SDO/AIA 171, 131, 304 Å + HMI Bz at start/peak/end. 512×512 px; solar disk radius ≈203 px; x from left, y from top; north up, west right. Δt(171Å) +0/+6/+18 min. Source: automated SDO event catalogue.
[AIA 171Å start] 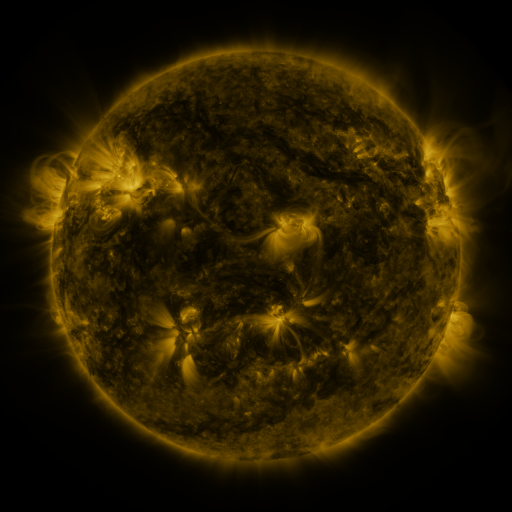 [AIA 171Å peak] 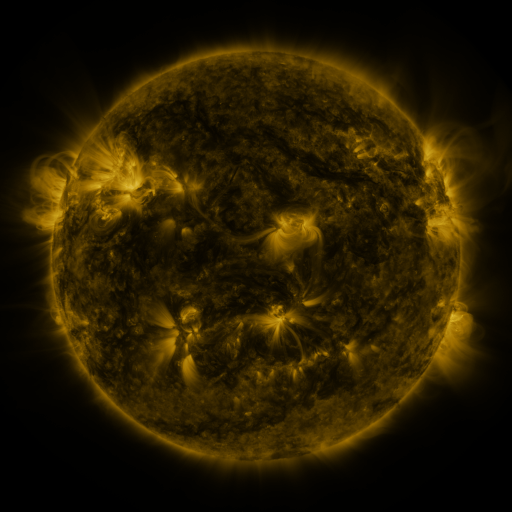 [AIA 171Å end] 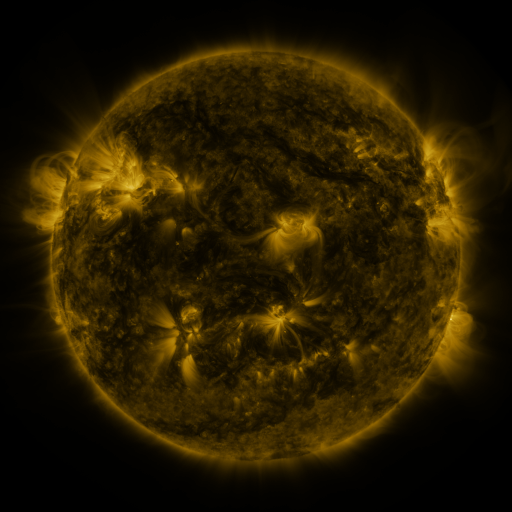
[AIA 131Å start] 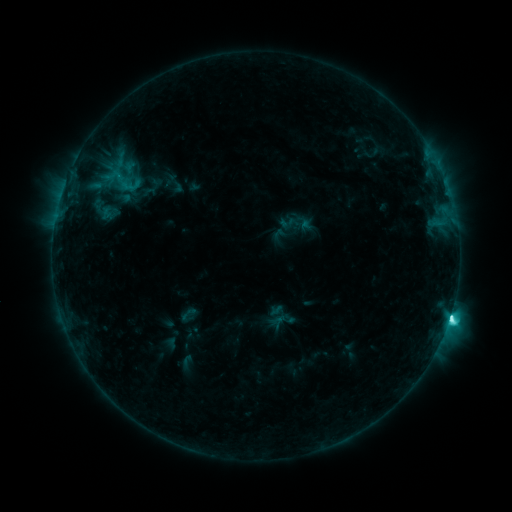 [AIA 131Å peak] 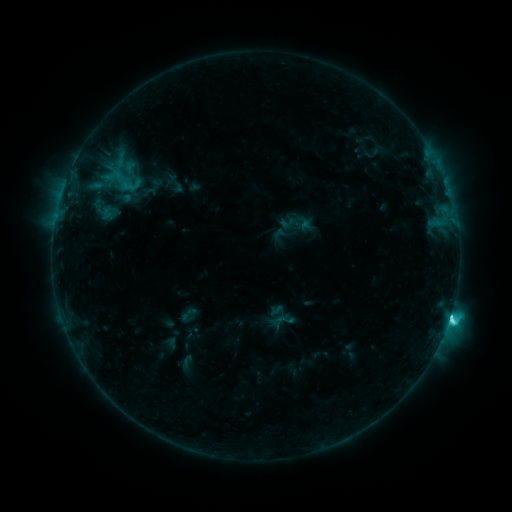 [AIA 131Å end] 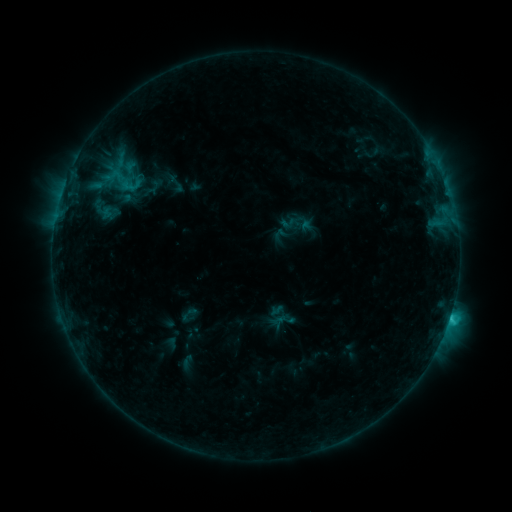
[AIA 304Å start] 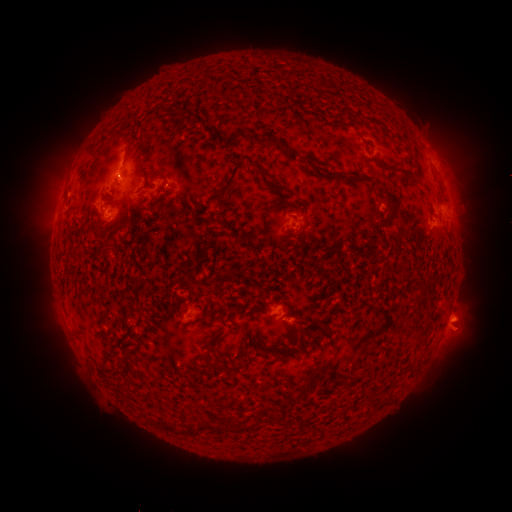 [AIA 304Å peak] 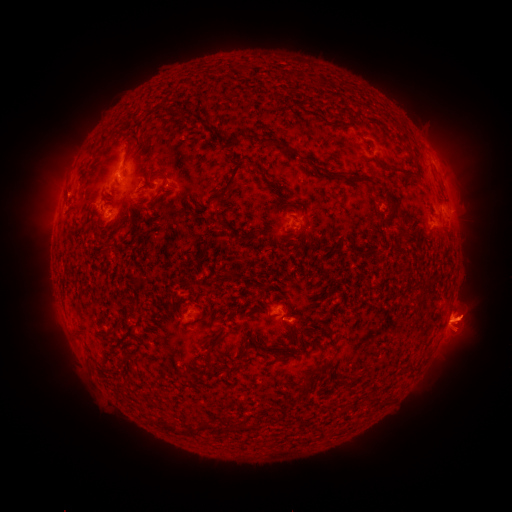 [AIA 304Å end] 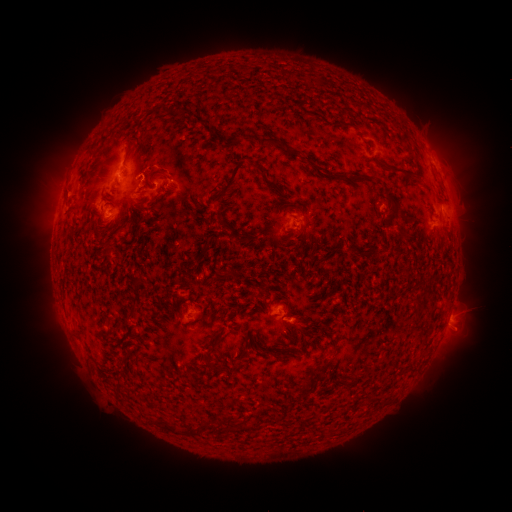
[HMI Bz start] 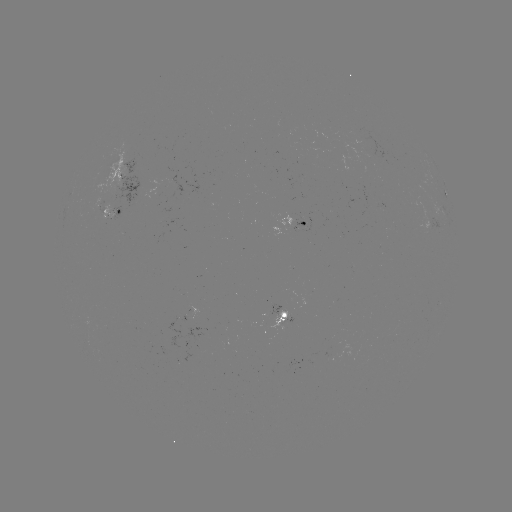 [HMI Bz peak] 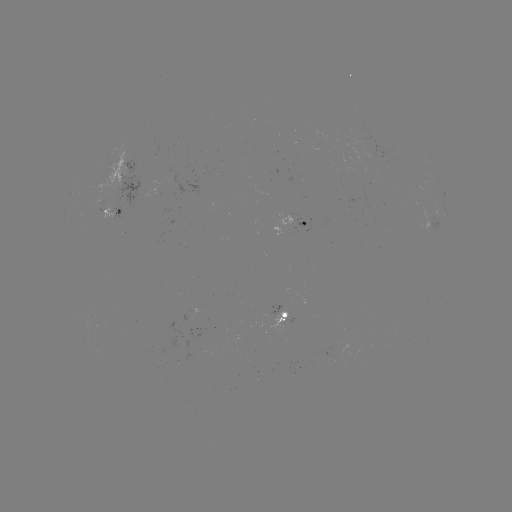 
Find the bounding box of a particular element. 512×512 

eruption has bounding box [420, 283, 498, 363].